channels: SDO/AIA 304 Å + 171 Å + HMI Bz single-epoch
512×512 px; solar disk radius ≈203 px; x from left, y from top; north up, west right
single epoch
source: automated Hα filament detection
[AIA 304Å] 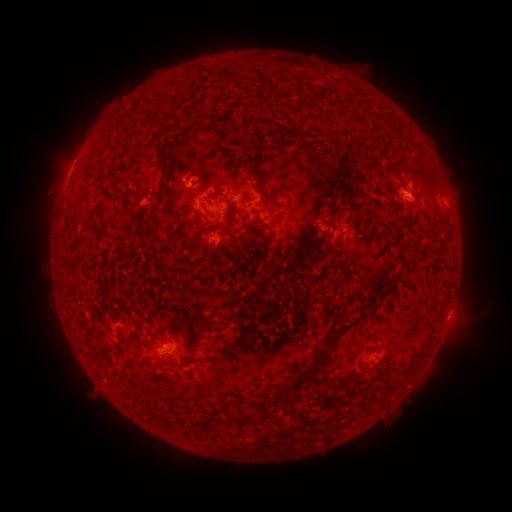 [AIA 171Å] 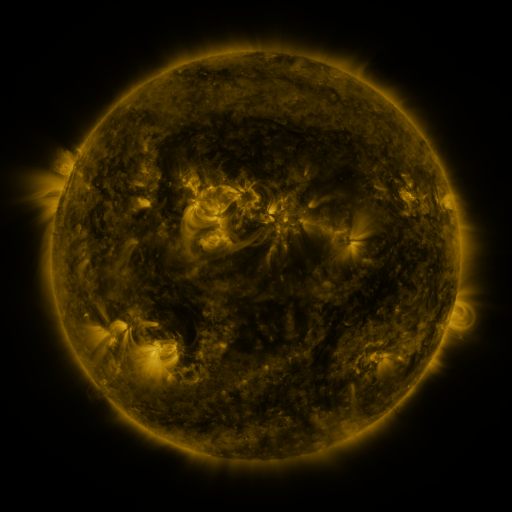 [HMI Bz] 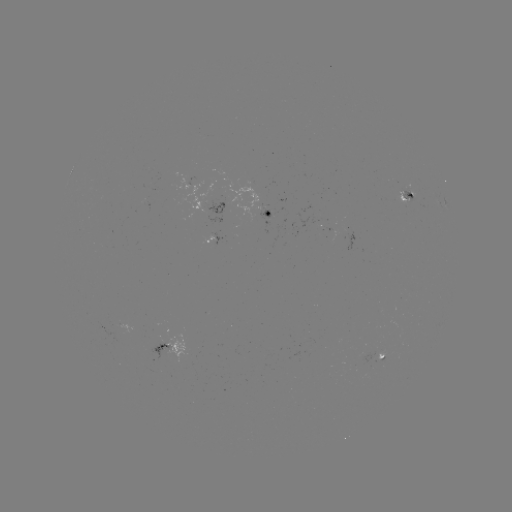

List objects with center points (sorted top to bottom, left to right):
filament: (160, 157, 167, 168)
filament: (255, 176, 271, 210)
filament: (155, 179, 166, 202)
filament: (209, 190, 224, 198)
filament: (225, 204, 235, 230)
filament: (163, 205, 176, 219)
filament: (328, 205, 337, 224)
filament: (369, 280, 380, 290)
filament: (192, 288, 201, 307)
filament: (325, 305, 367, 347)
filament: (192, 315, 212, 346)
filament: (148, 316, 155, 327)
filament: (415, 339, 432, 359)
filament: (146, 350, 154, 361)
filament: (283, 359, 324, 392)
filament: (394, 375, 408, 384)
filament: (241, 410, 260, 427)
